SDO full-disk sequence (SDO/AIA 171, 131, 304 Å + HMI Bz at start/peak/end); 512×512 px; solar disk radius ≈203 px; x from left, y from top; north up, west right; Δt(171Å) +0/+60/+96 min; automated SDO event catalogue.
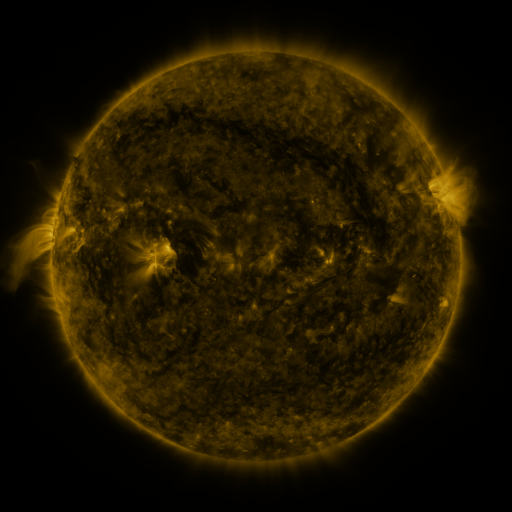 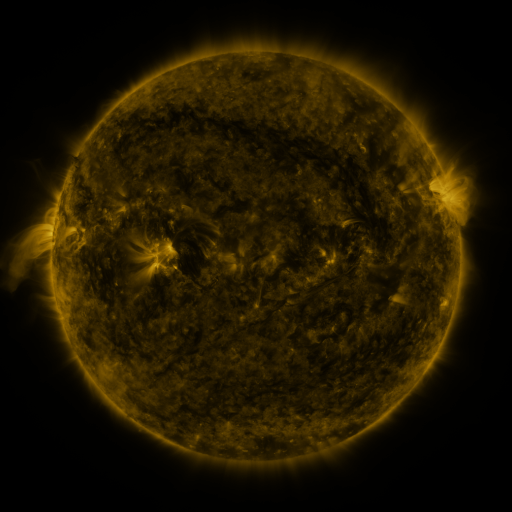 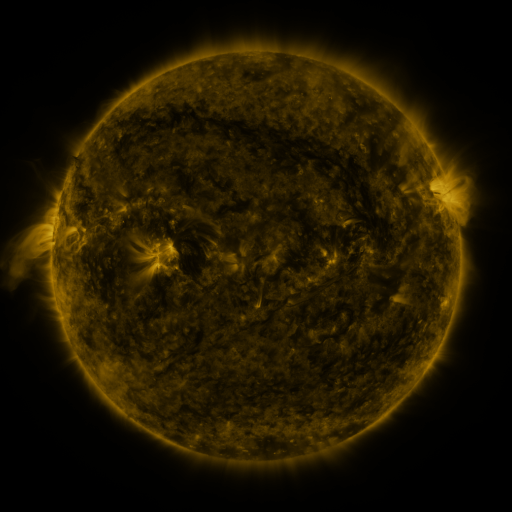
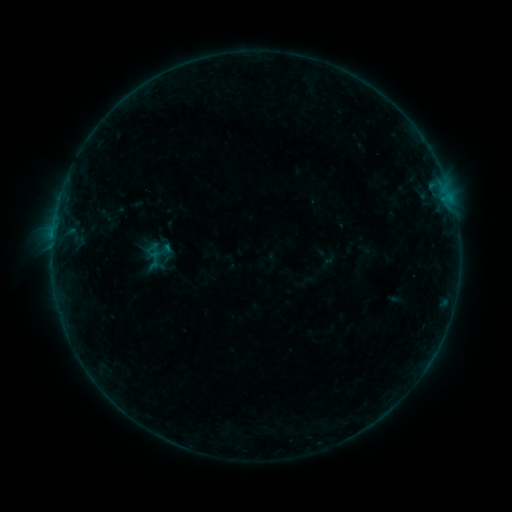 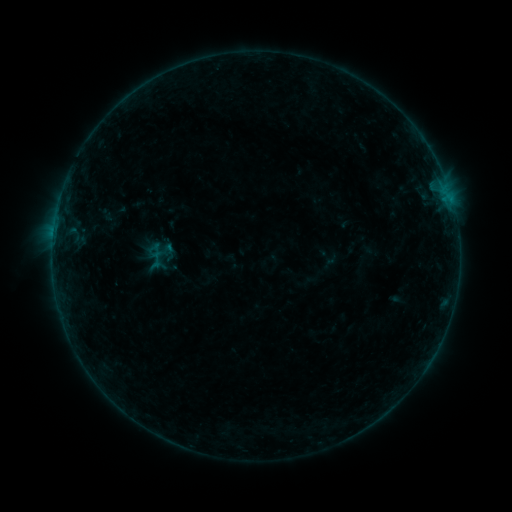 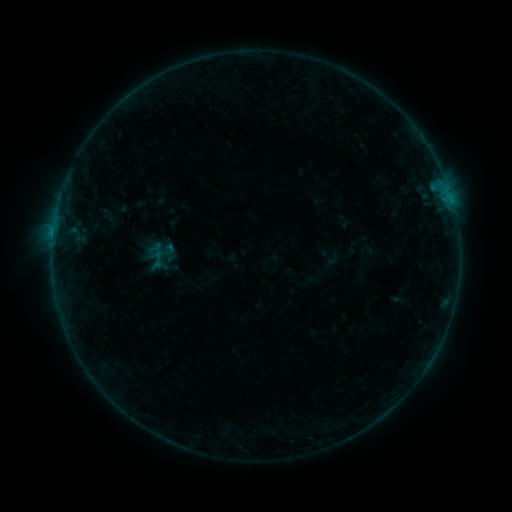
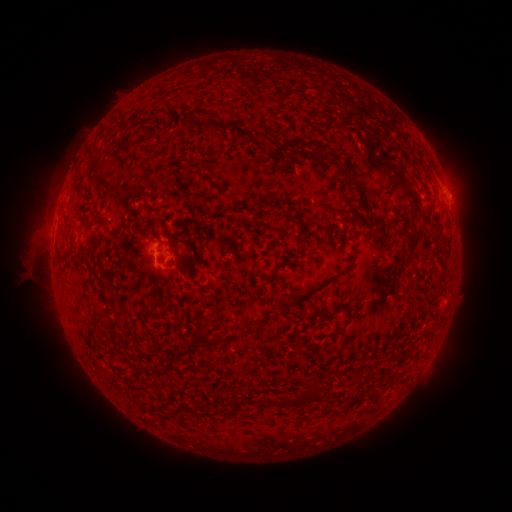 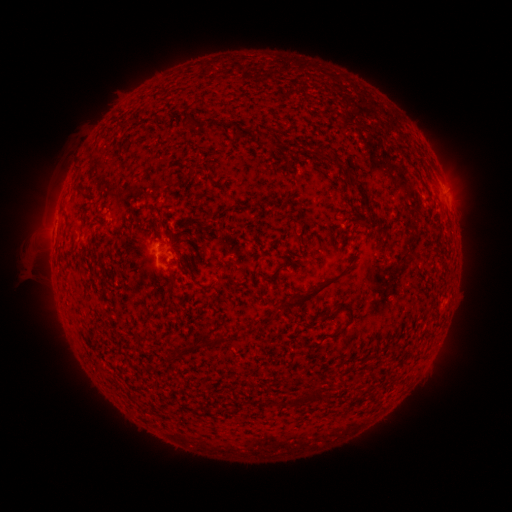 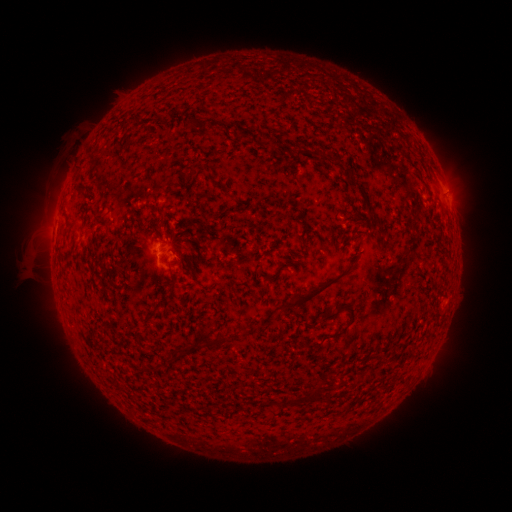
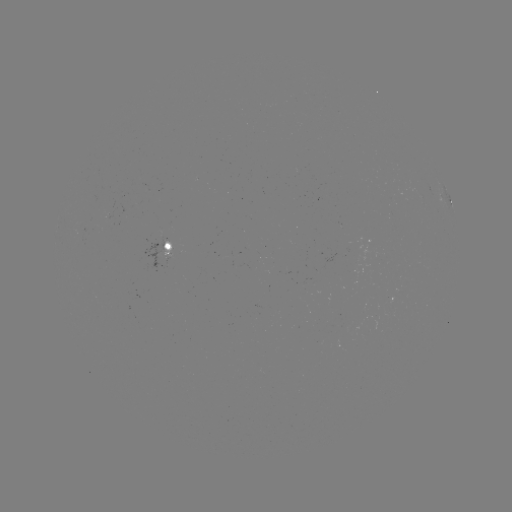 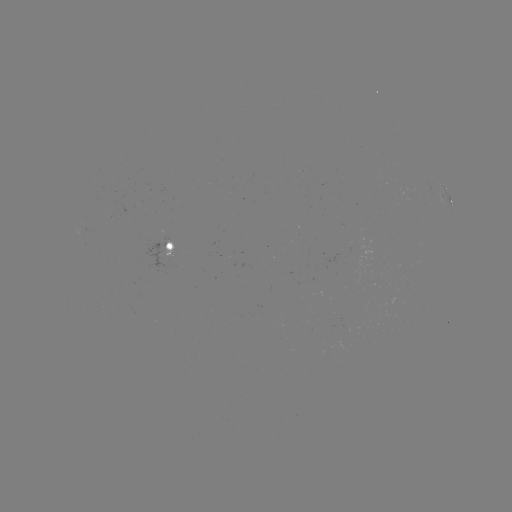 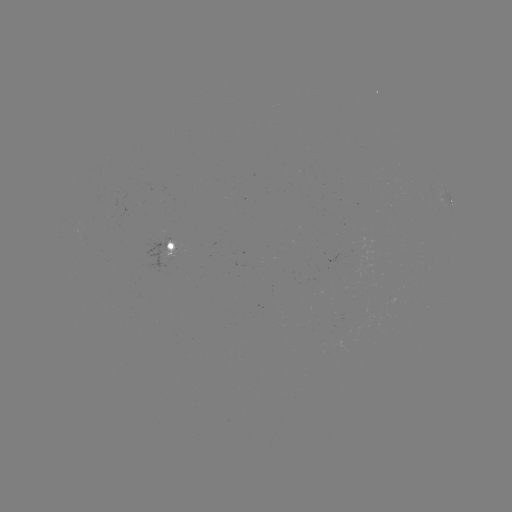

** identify emerging-flux region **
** [111, 210] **